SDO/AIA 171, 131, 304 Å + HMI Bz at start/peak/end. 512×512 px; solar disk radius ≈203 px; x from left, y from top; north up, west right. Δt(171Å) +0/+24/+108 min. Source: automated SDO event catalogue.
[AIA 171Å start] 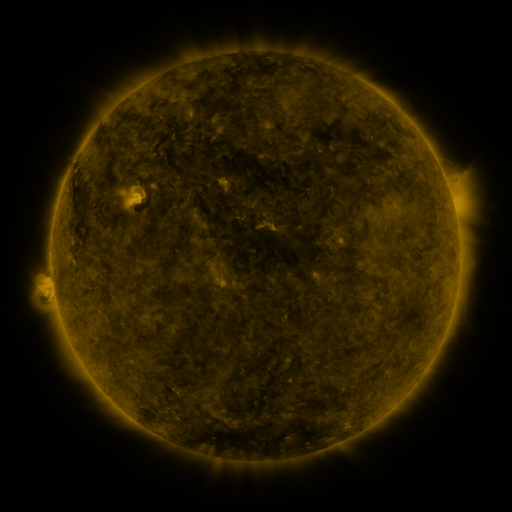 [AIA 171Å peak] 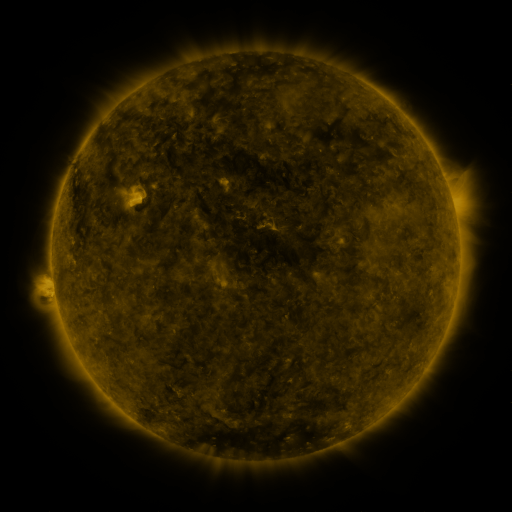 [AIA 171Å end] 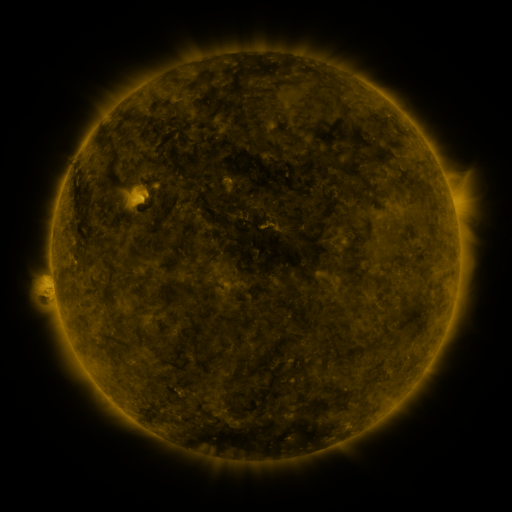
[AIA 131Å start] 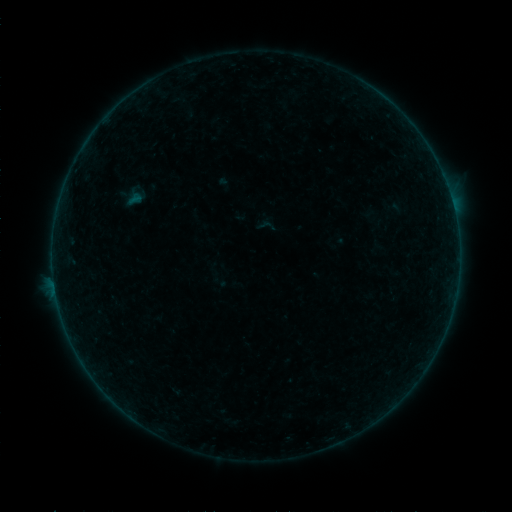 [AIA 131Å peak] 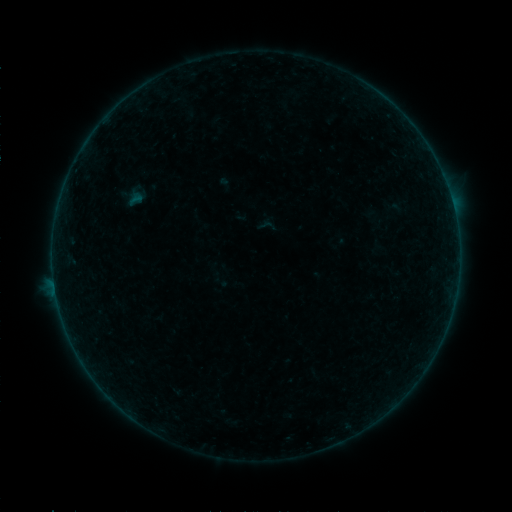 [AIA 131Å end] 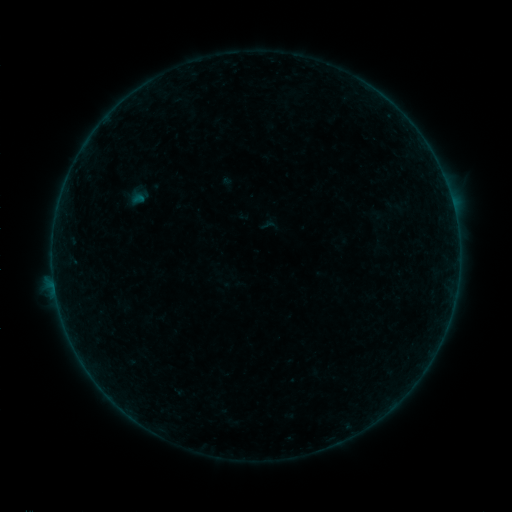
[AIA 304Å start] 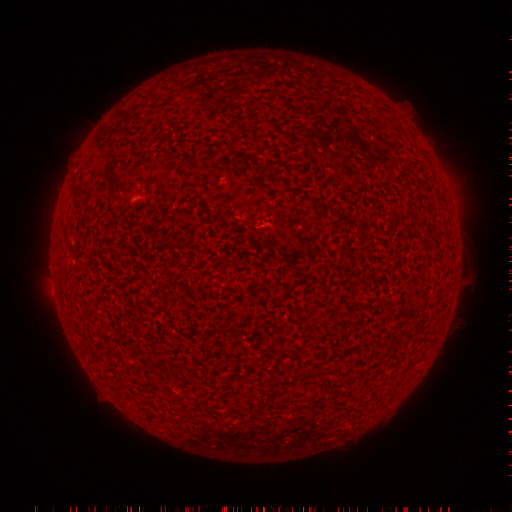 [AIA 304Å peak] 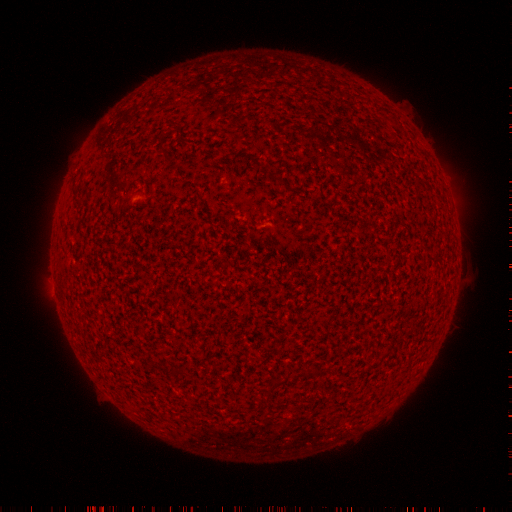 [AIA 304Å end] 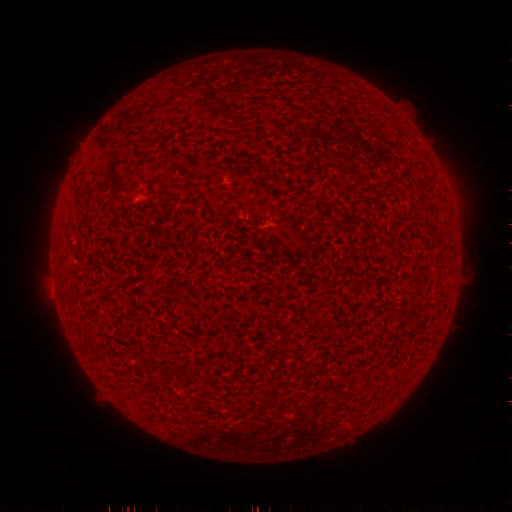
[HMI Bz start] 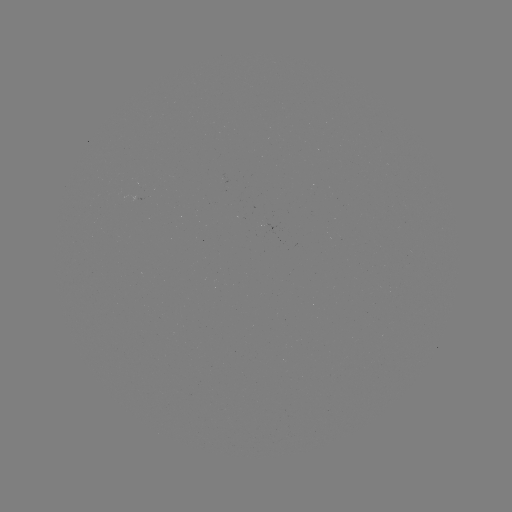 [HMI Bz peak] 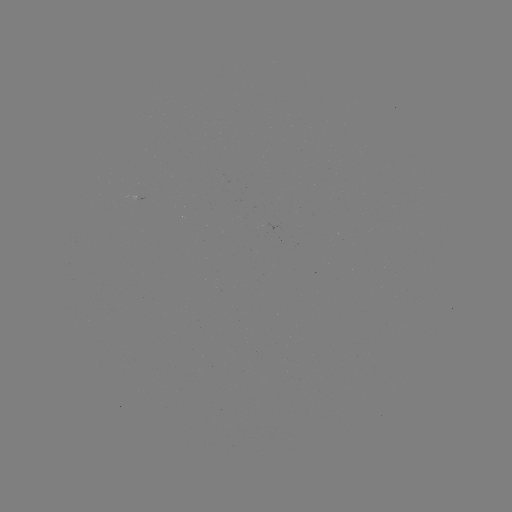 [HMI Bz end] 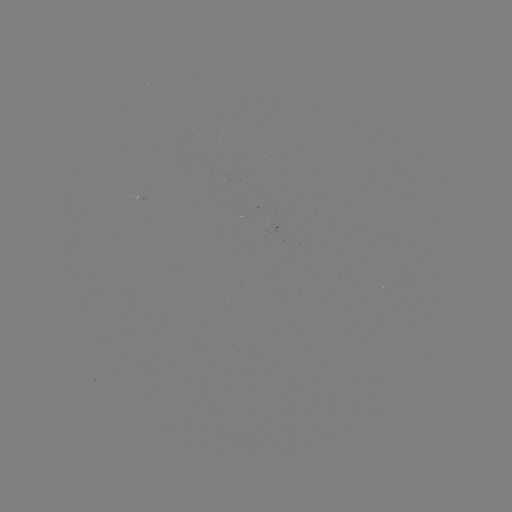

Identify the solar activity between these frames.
A8.0 flare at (446, 186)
